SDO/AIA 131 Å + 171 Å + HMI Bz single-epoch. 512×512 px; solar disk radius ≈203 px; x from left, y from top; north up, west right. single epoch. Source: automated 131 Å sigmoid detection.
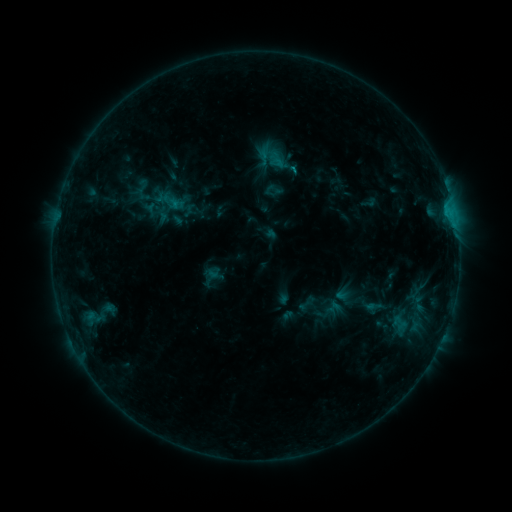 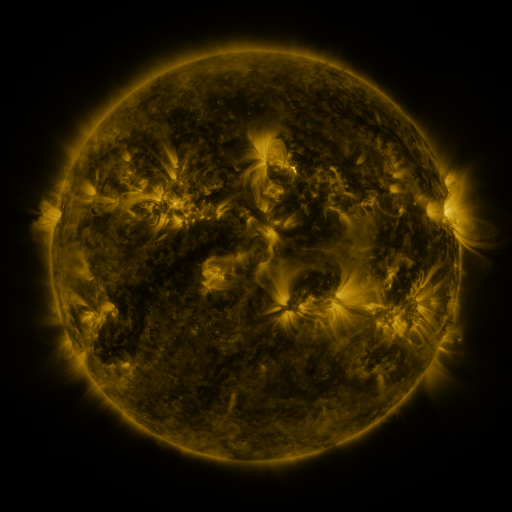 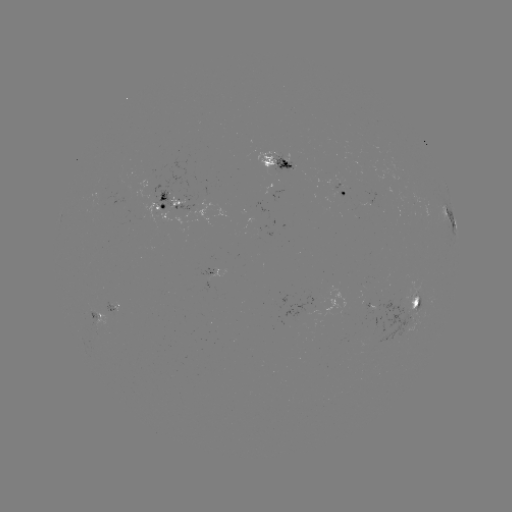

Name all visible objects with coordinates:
sigmoid: (162, 205)
